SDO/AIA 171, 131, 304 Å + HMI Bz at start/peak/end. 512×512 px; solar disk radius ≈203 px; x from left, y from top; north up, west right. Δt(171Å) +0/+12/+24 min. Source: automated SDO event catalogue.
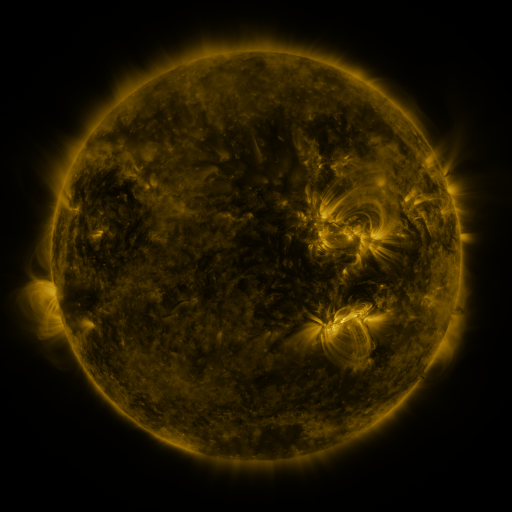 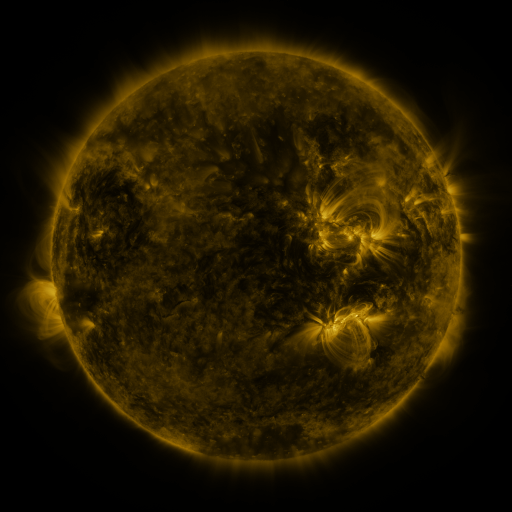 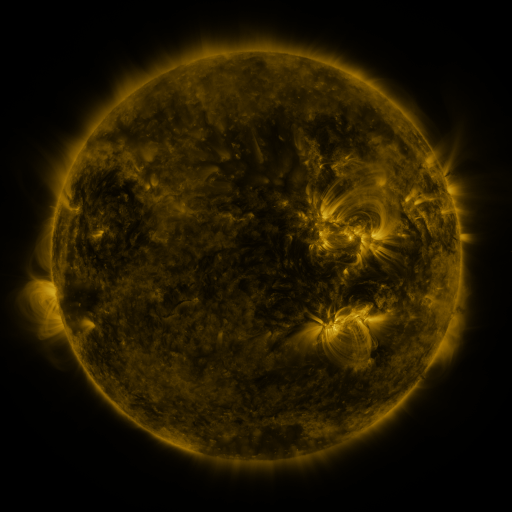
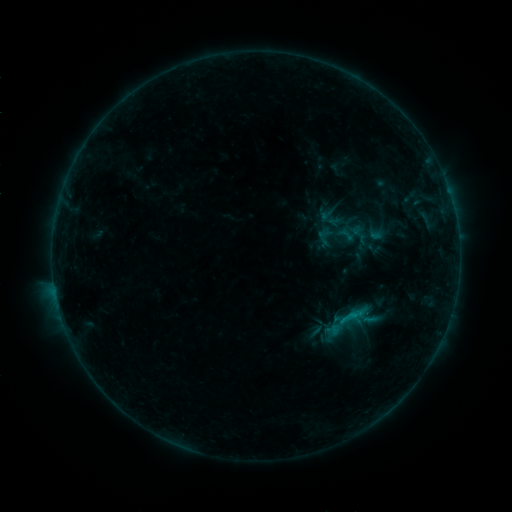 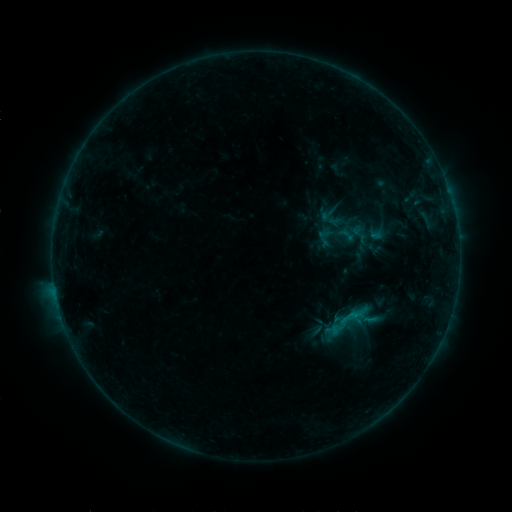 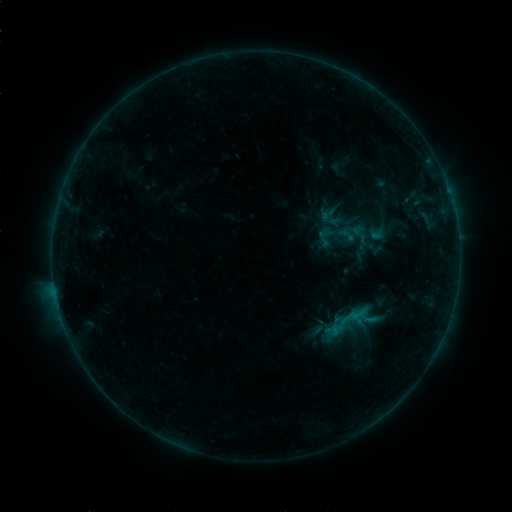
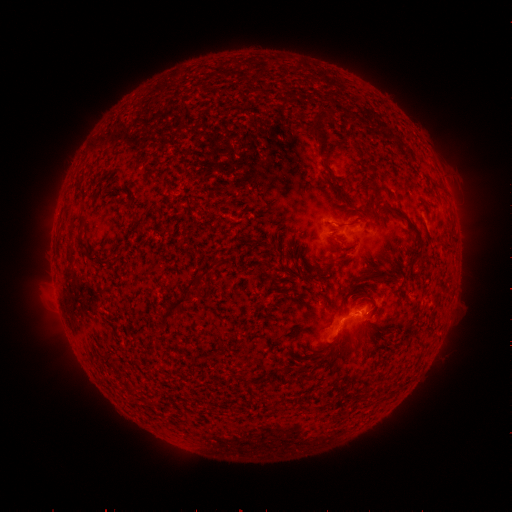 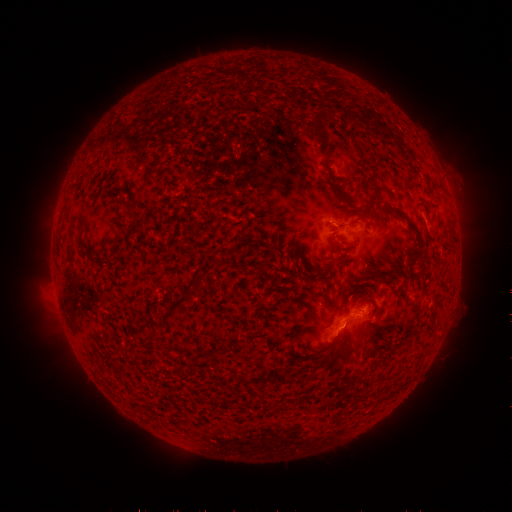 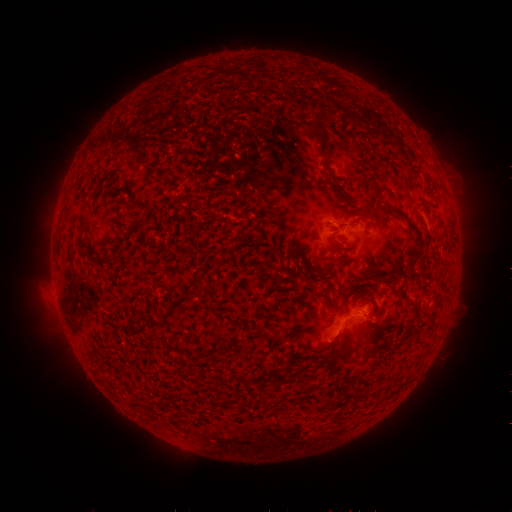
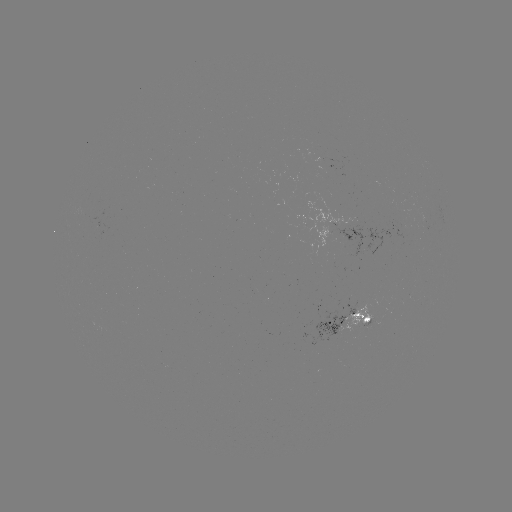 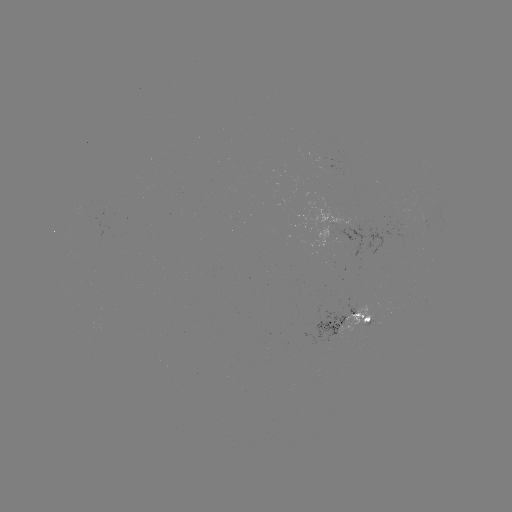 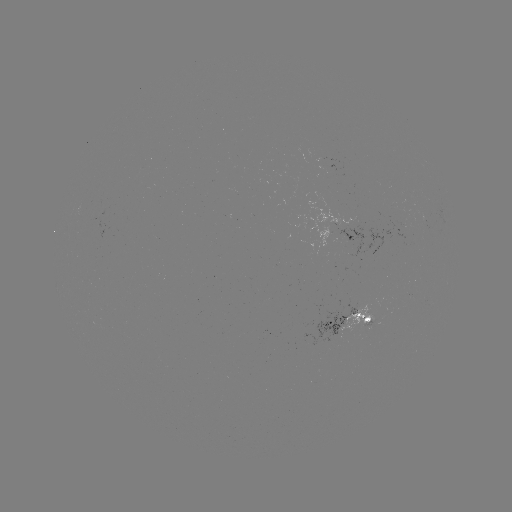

no classed flare was catalogued and no EUV brightening was flagged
